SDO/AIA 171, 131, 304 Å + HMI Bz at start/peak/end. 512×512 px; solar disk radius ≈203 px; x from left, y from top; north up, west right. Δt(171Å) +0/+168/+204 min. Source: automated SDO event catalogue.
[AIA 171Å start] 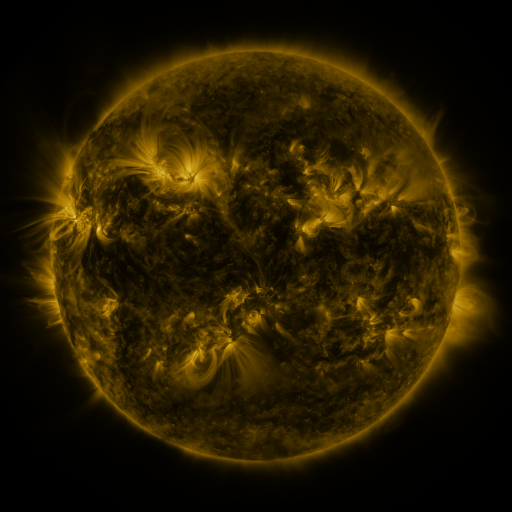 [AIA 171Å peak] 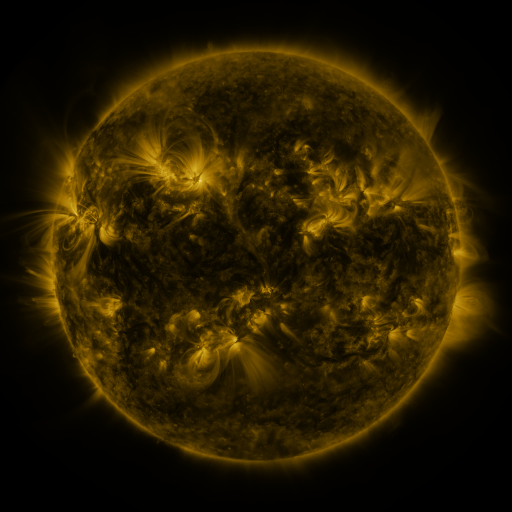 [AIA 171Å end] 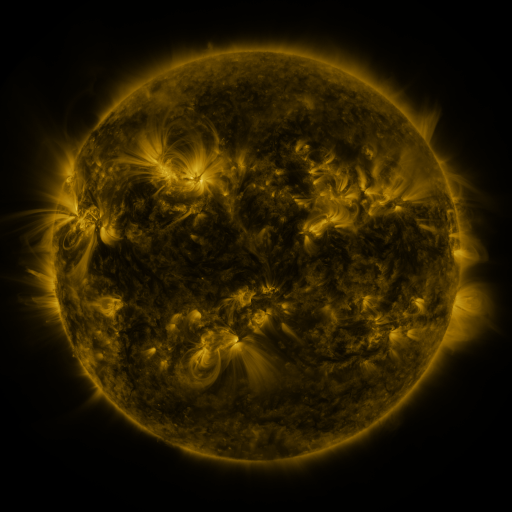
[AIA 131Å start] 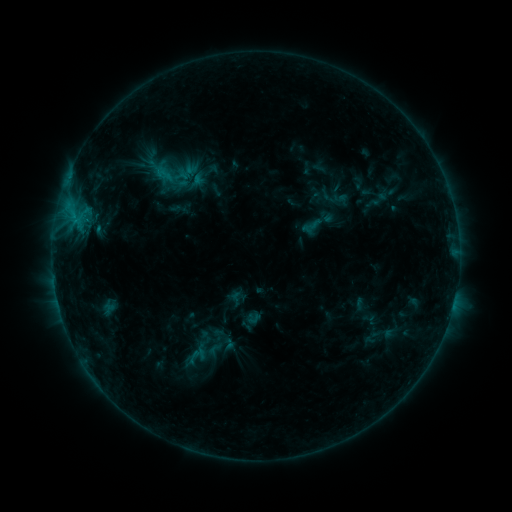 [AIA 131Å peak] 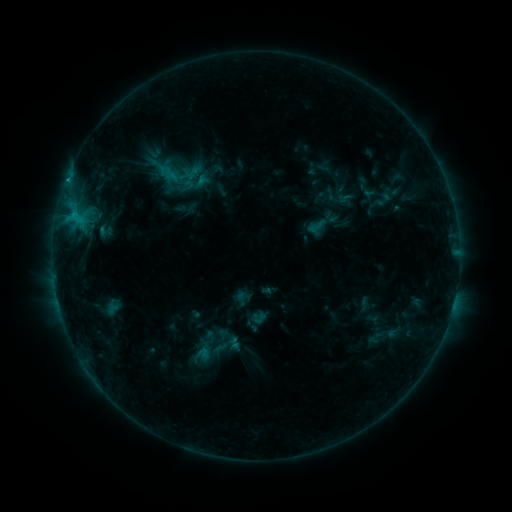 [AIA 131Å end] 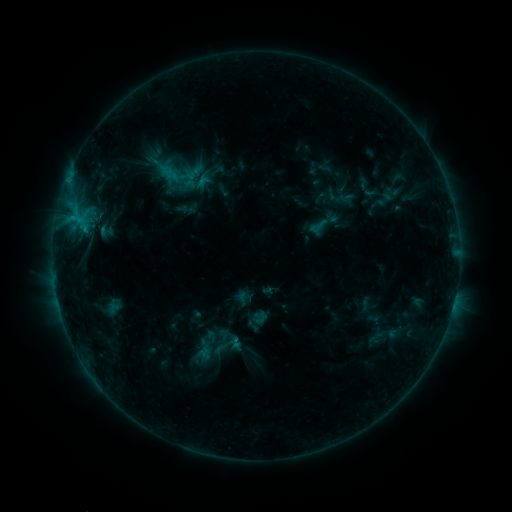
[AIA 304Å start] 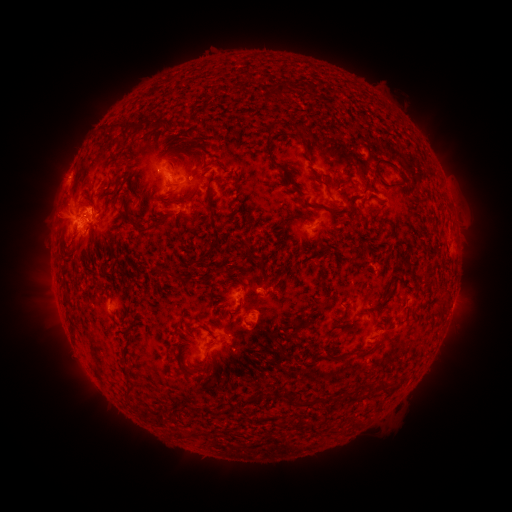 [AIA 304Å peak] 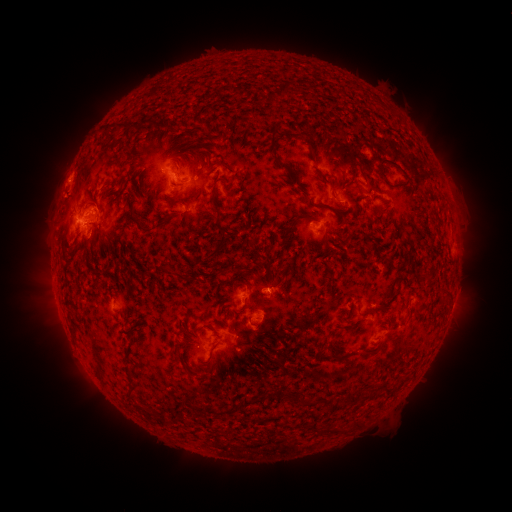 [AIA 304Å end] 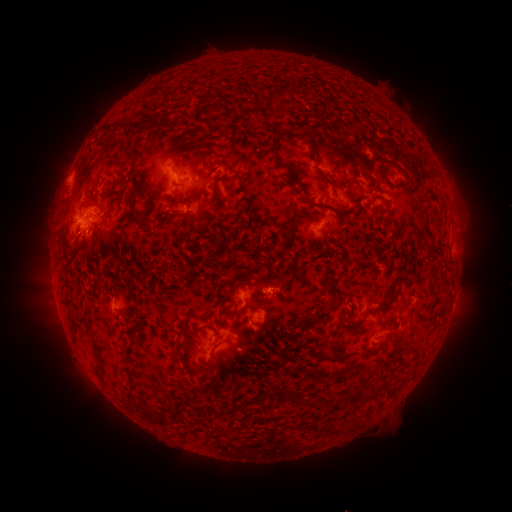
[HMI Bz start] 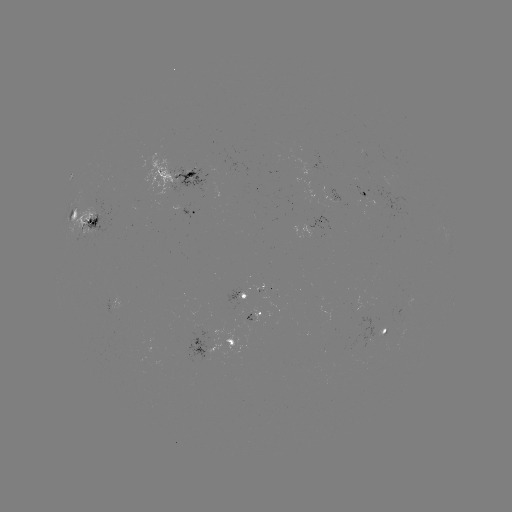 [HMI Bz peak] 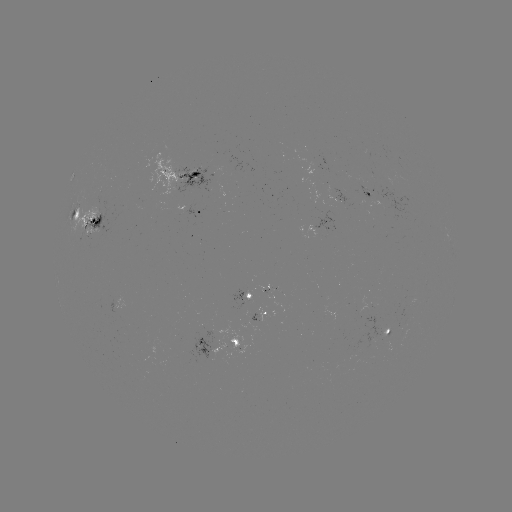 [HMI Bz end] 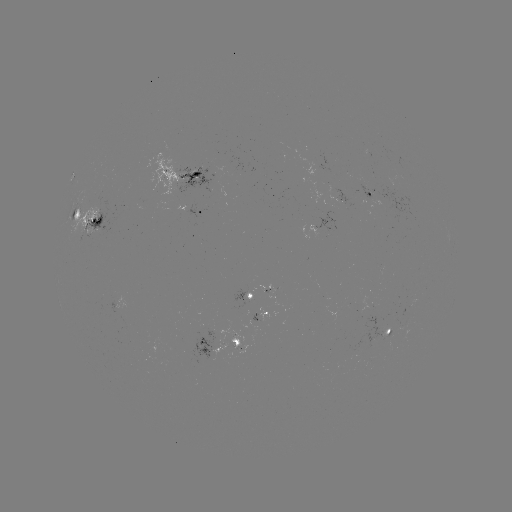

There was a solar emerging-flux region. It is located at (338, 196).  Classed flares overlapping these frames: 1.